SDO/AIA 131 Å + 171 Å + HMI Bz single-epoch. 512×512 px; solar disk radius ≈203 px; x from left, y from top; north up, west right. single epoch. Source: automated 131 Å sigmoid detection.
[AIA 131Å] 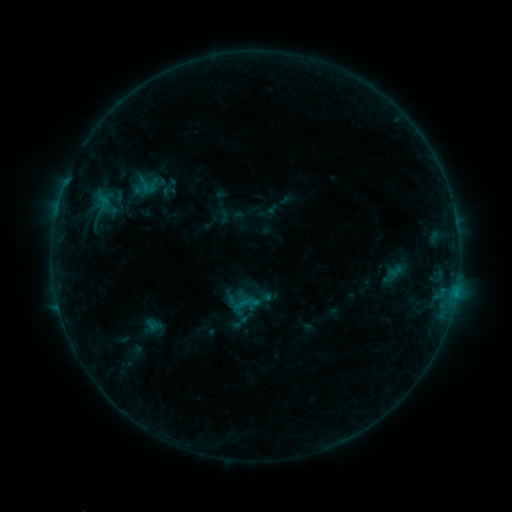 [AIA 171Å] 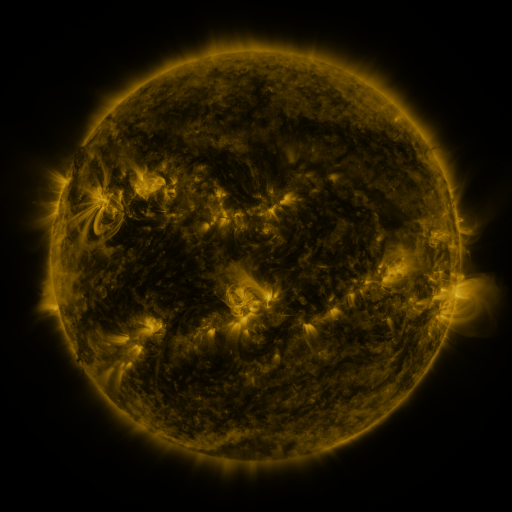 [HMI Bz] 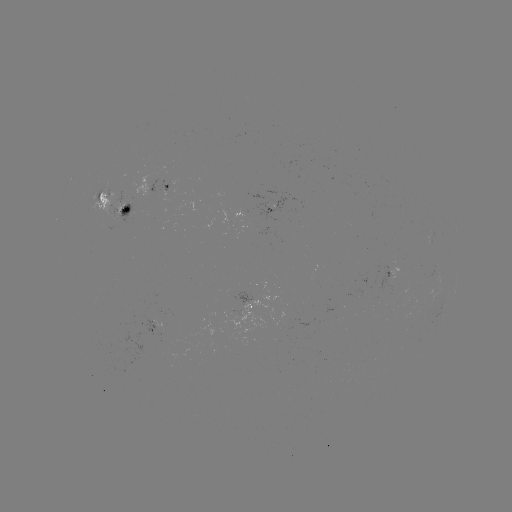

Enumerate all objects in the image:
sigmoid: (169, 187)
sigmoid: (138, 197)
sigmoid: (154, 325)
